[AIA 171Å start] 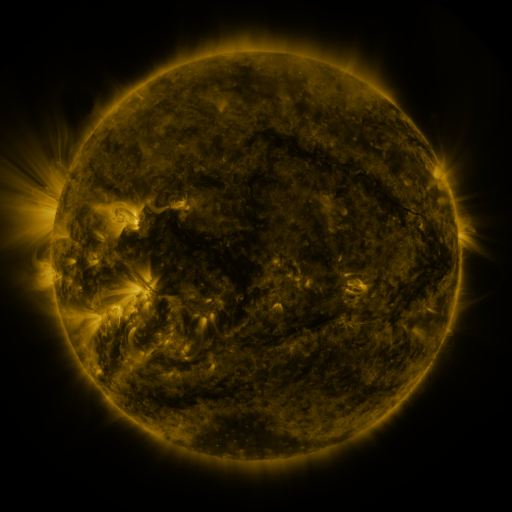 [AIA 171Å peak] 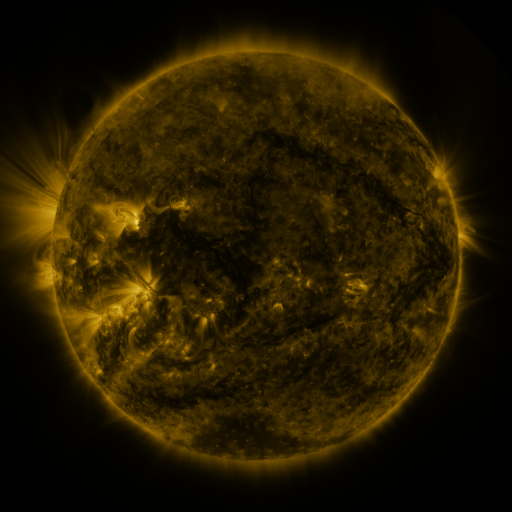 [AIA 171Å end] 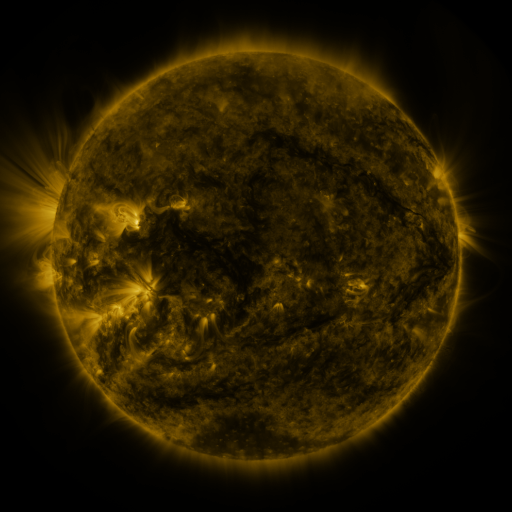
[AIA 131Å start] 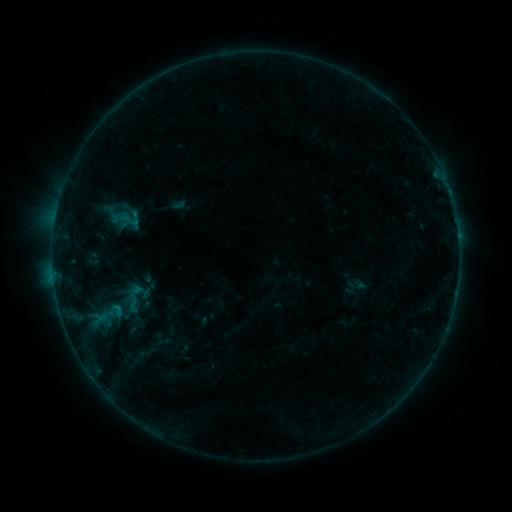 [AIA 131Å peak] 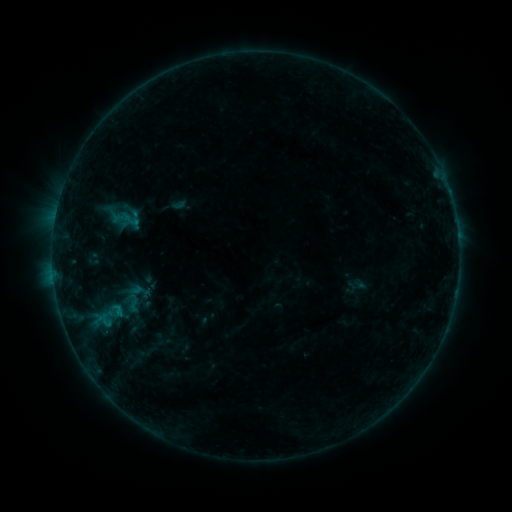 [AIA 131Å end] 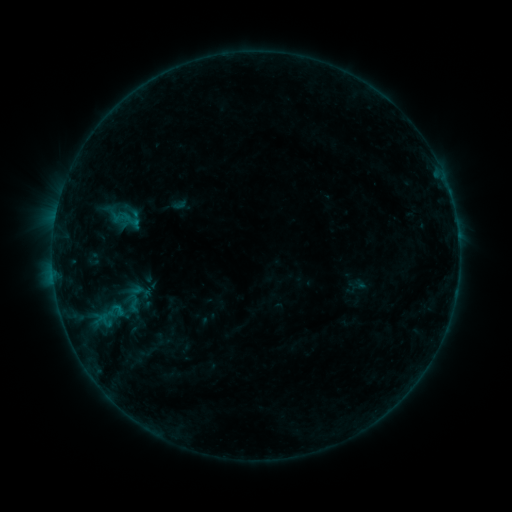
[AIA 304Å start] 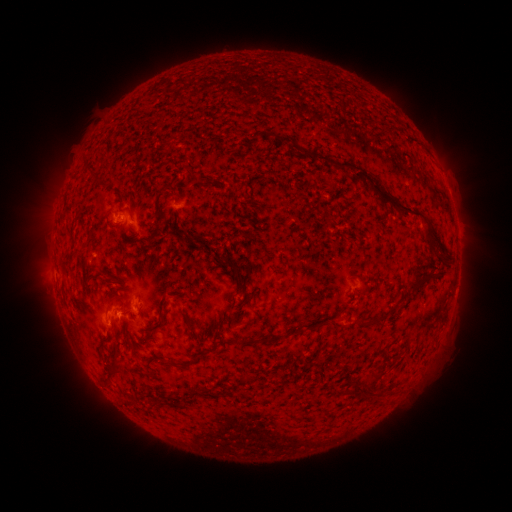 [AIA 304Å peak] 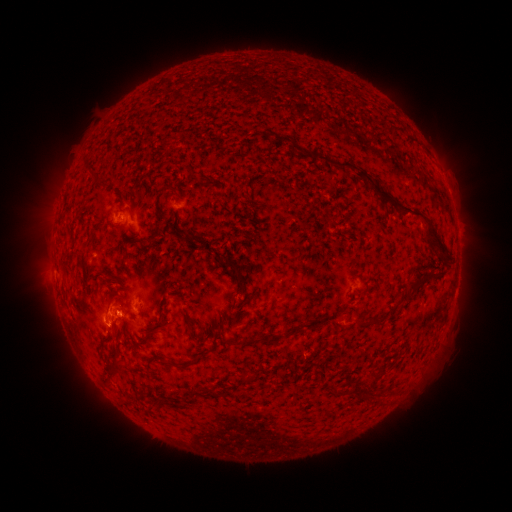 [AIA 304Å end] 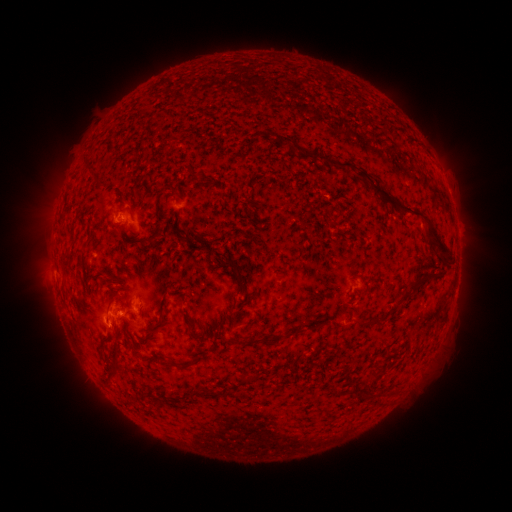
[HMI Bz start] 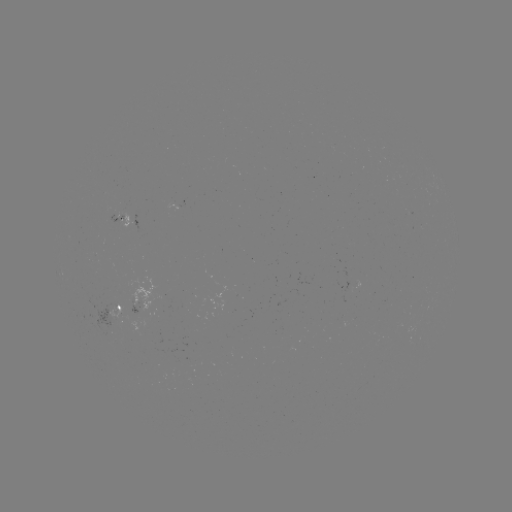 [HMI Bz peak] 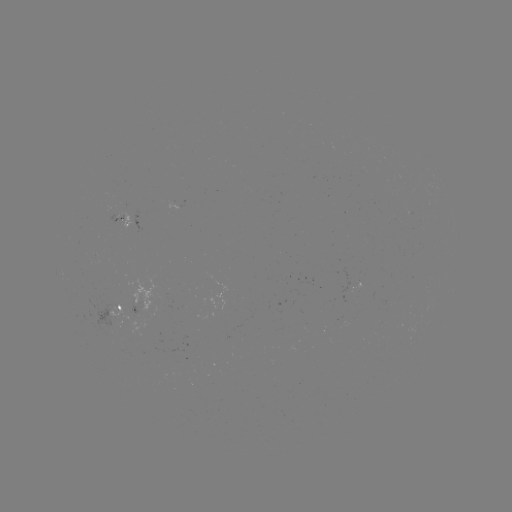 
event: flare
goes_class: B3.6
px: (106, 320)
